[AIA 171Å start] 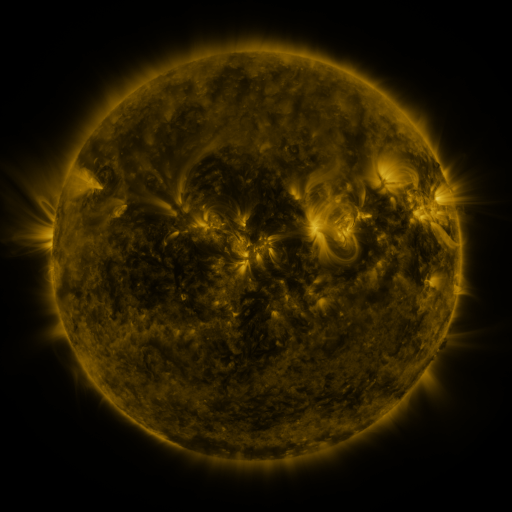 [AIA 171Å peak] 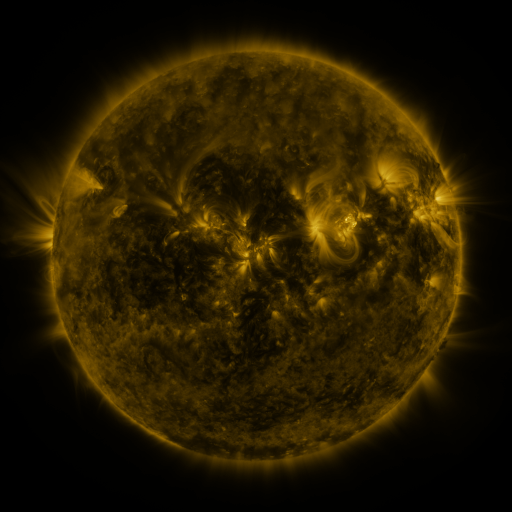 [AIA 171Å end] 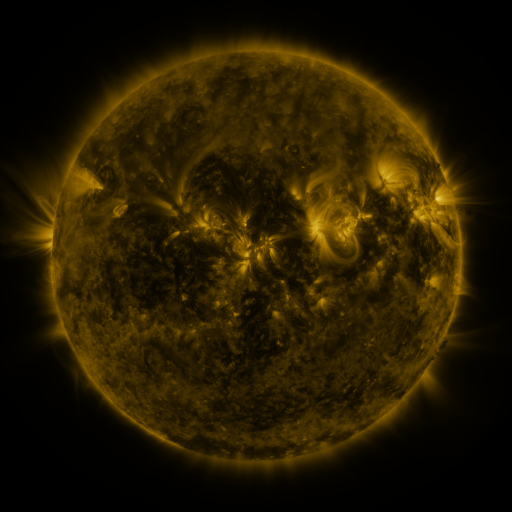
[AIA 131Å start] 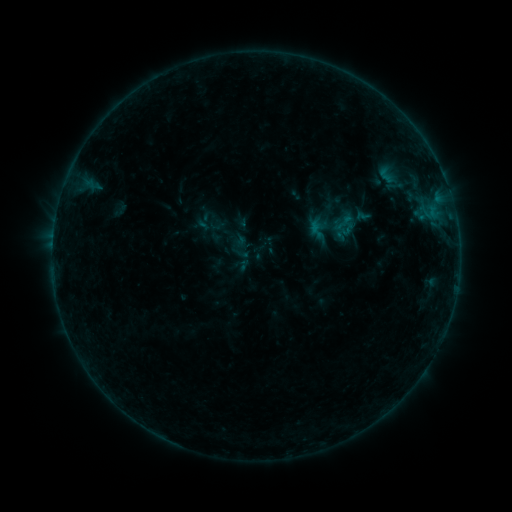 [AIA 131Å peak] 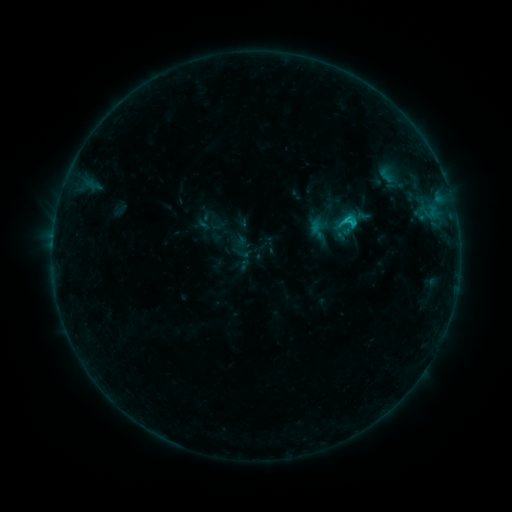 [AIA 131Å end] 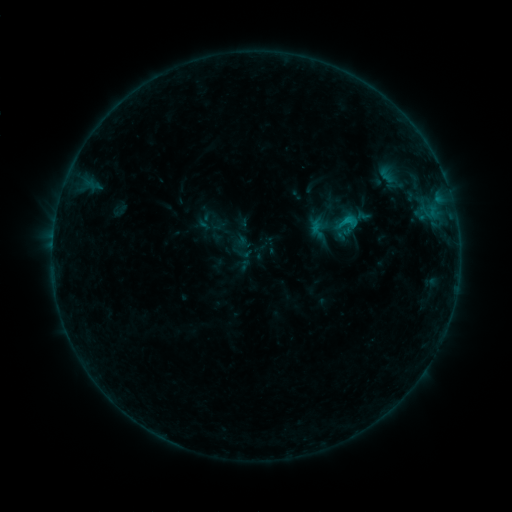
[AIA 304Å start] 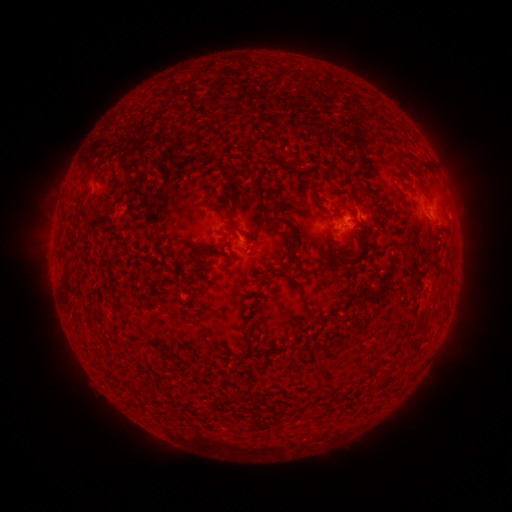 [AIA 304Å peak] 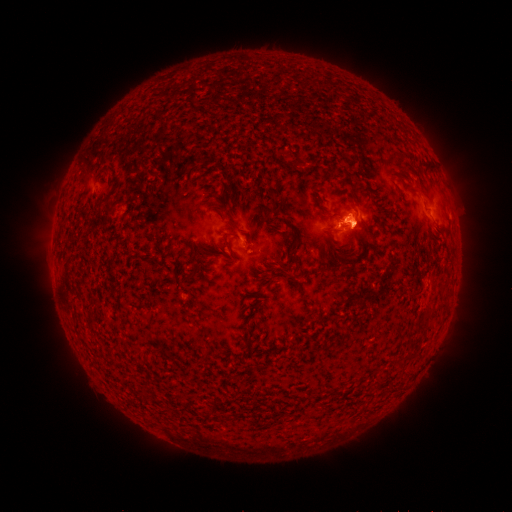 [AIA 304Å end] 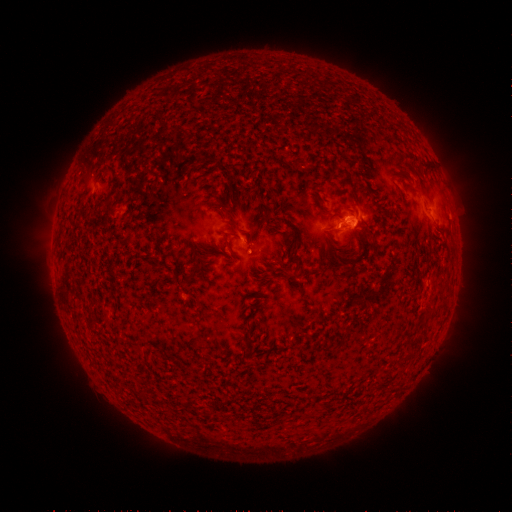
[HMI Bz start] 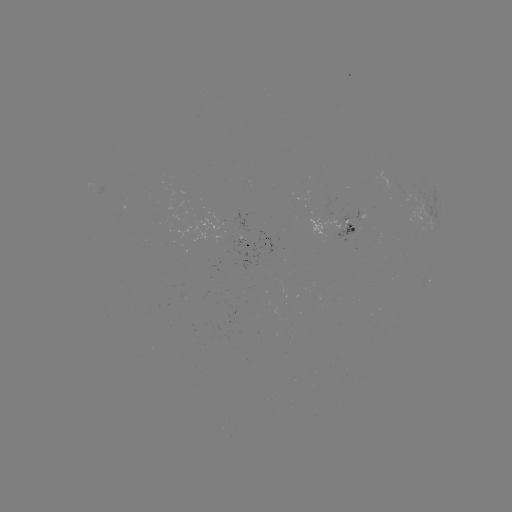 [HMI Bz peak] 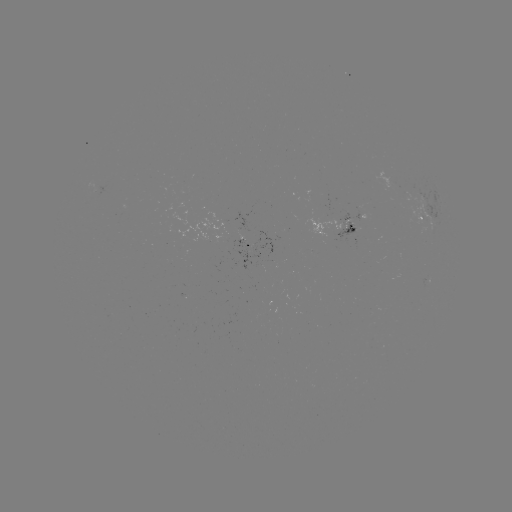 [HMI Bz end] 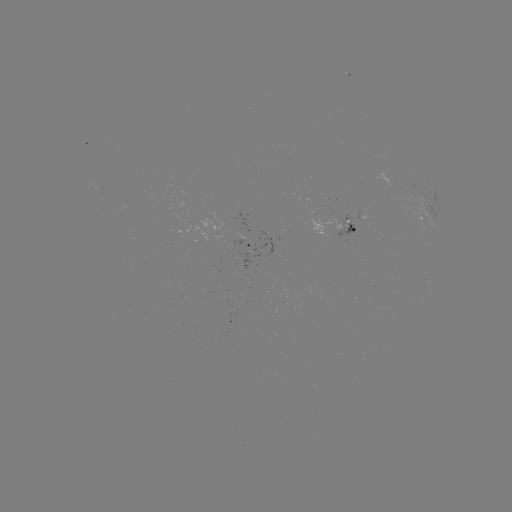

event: flare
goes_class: B8.7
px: (344, 223)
